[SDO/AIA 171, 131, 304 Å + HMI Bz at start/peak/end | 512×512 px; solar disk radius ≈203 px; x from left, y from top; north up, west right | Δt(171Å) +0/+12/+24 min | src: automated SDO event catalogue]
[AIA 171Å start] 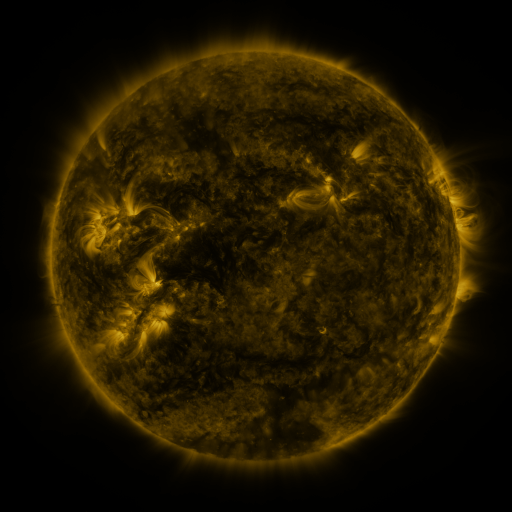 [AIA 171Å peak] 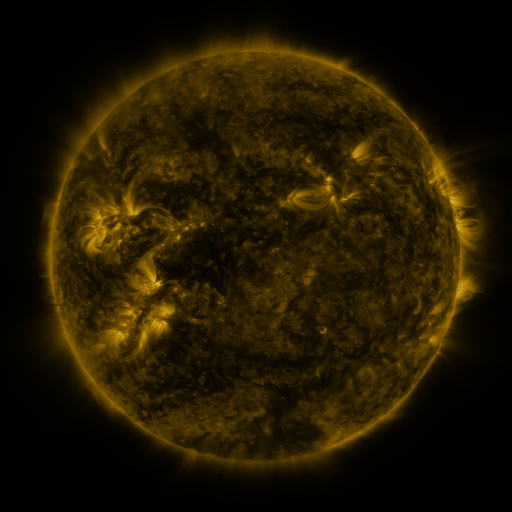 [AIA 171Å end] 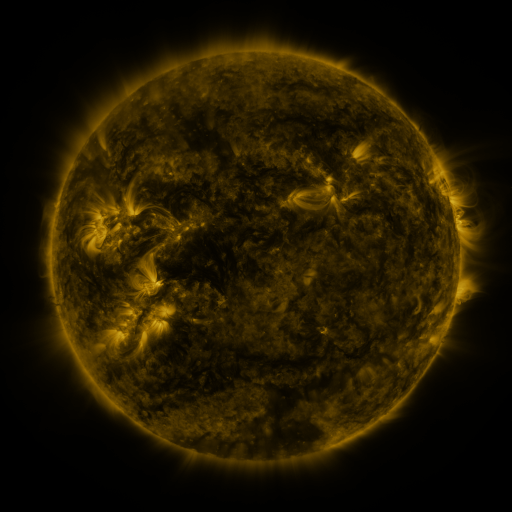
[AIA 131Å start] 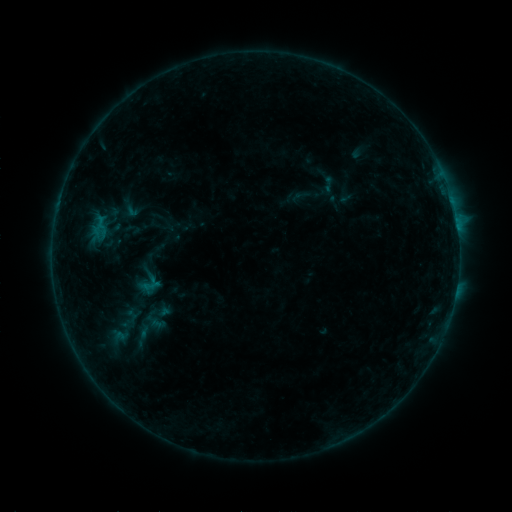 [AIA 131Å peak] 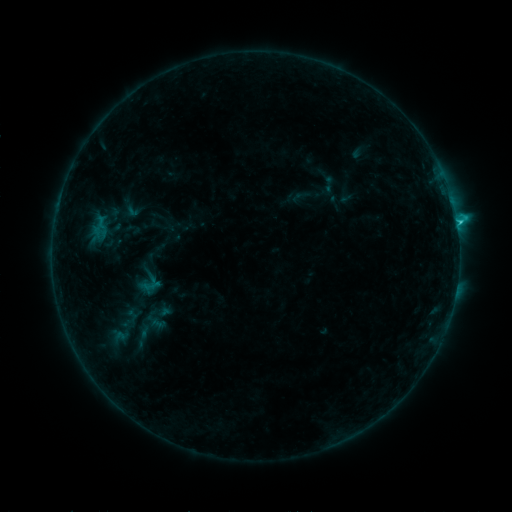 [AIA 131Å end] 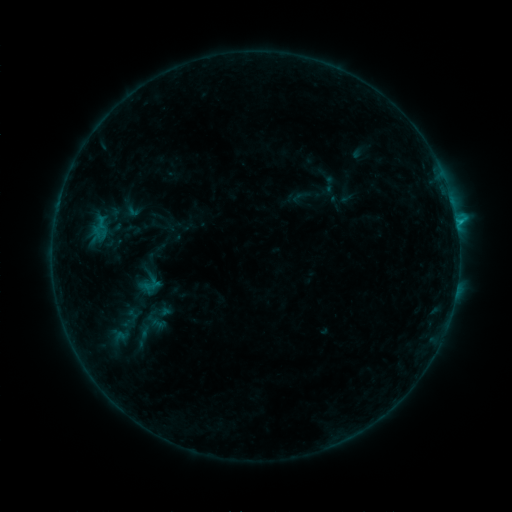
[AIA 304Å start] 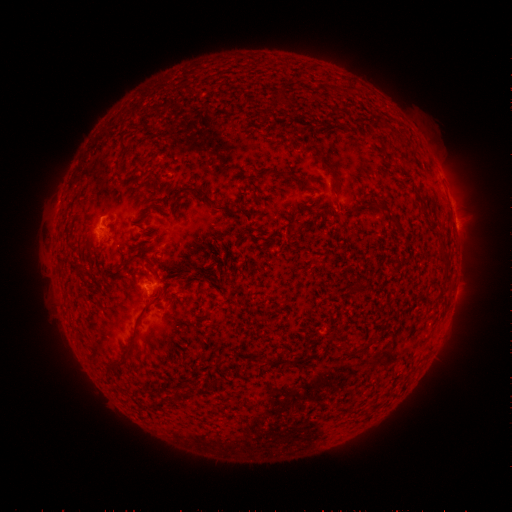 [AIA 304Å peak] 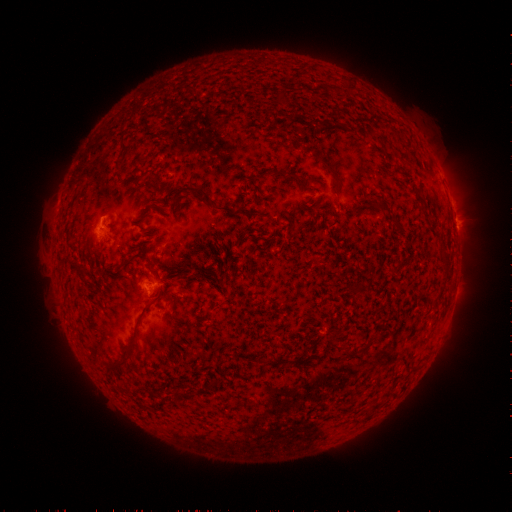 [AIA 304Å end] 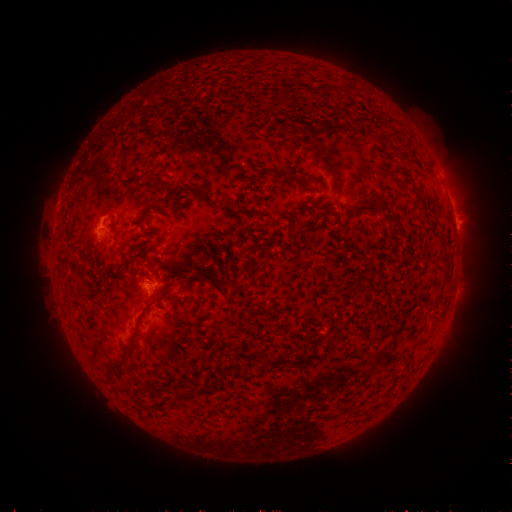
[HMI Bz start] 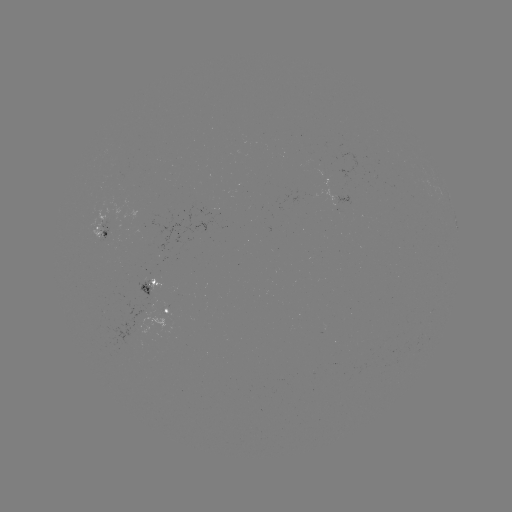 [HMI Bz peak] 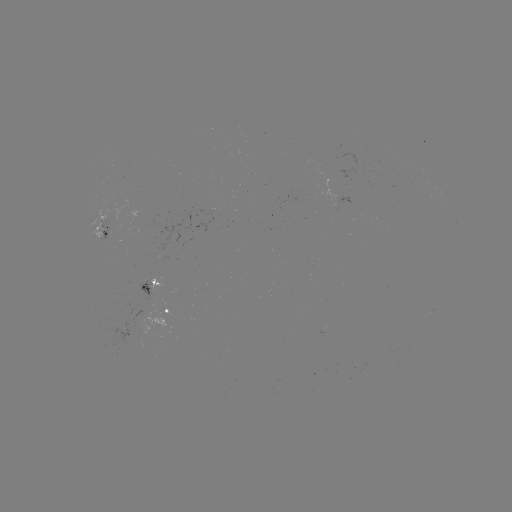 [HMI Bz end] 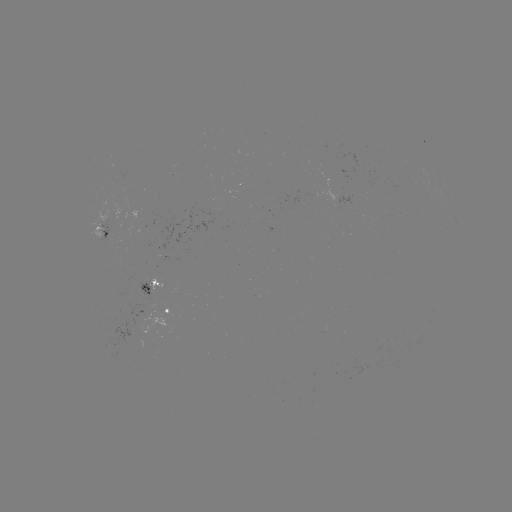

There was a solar flare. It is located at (454, 228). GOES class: C1.1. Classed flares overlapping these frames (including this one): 1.